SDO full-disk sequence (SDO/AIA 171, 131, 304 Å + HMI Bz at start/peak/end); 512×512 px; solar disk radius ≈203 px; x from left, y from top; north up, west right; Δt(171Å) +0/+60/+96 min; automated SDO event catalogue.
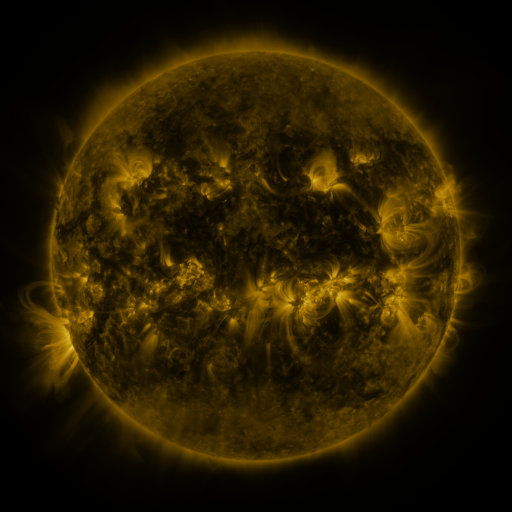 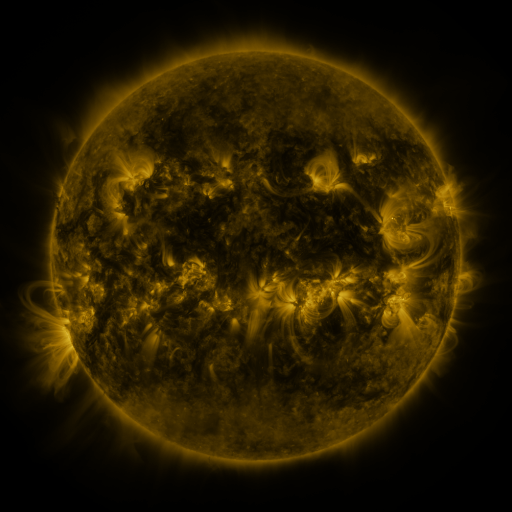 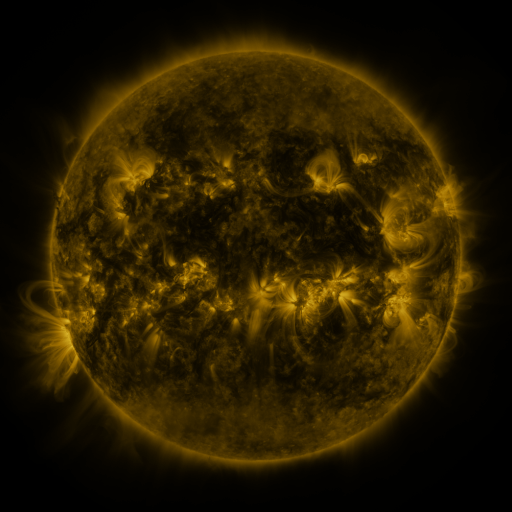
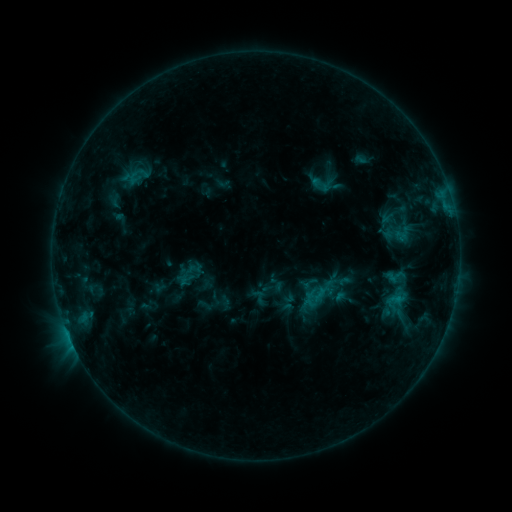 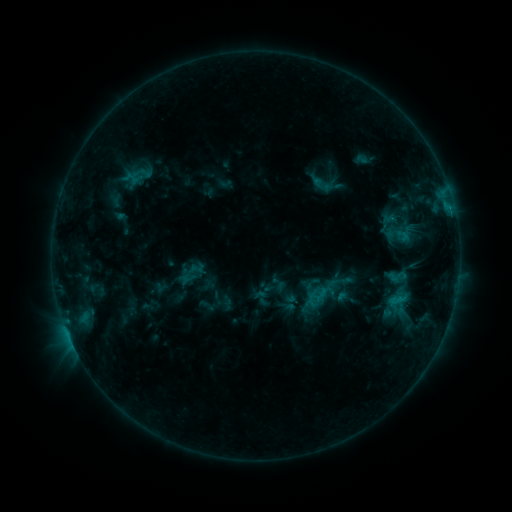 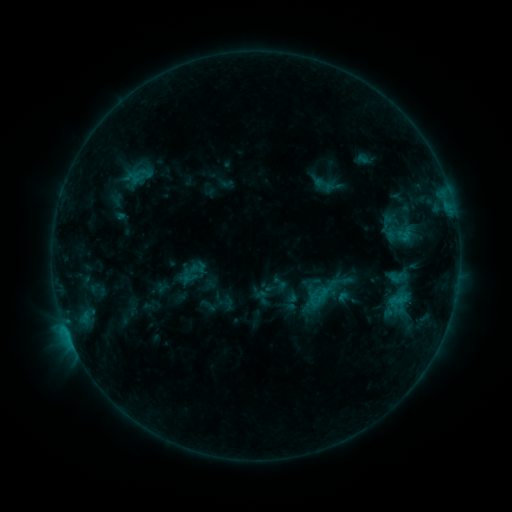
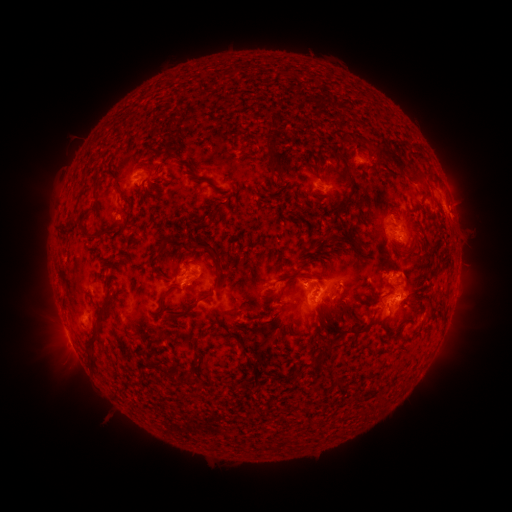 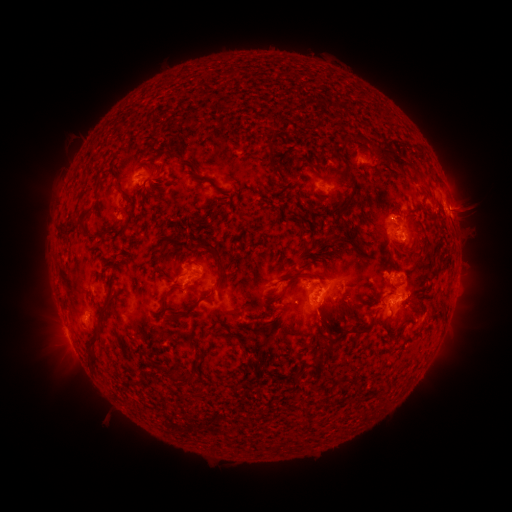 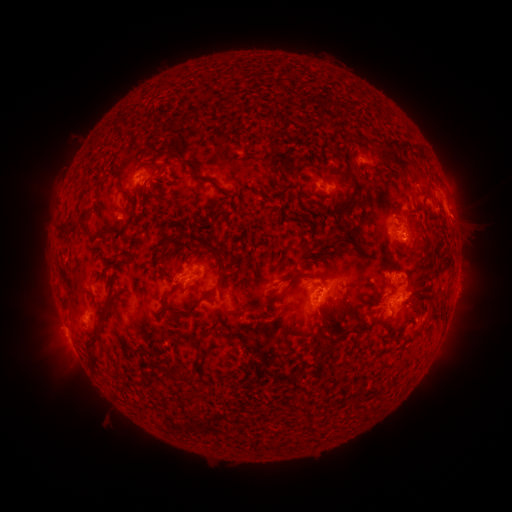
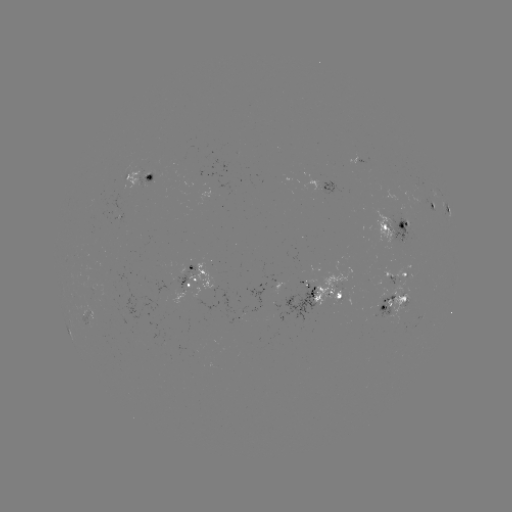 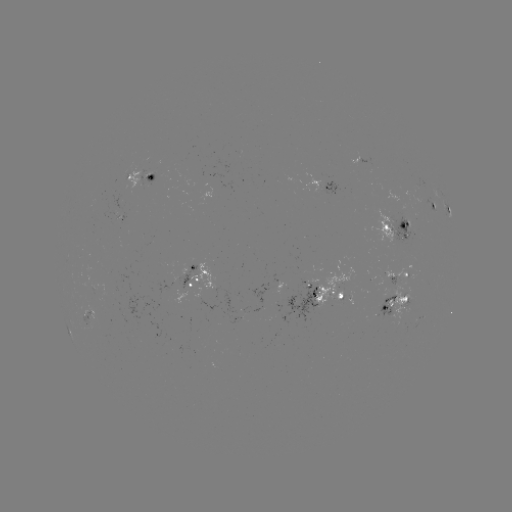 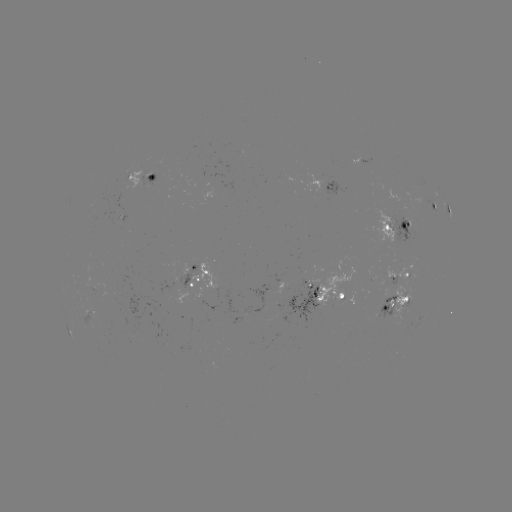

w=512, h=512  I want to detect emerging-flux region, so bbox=[125, 163, 132, 180].